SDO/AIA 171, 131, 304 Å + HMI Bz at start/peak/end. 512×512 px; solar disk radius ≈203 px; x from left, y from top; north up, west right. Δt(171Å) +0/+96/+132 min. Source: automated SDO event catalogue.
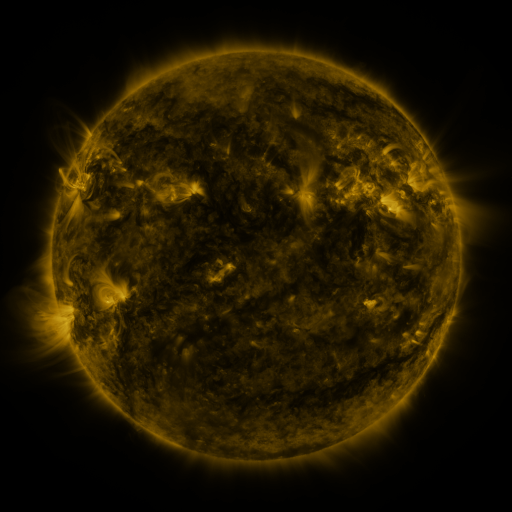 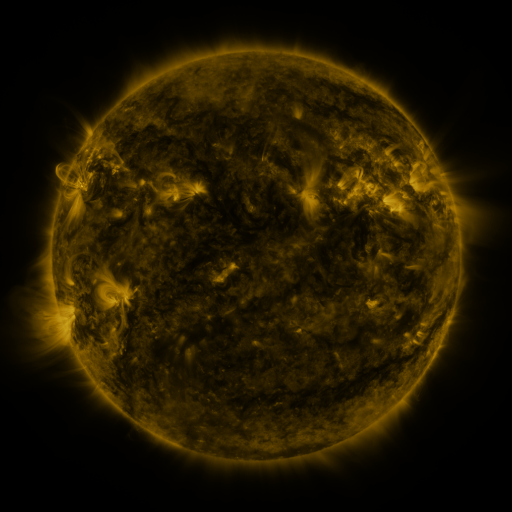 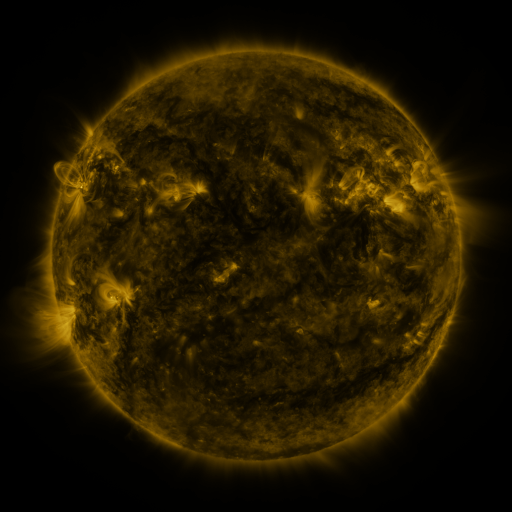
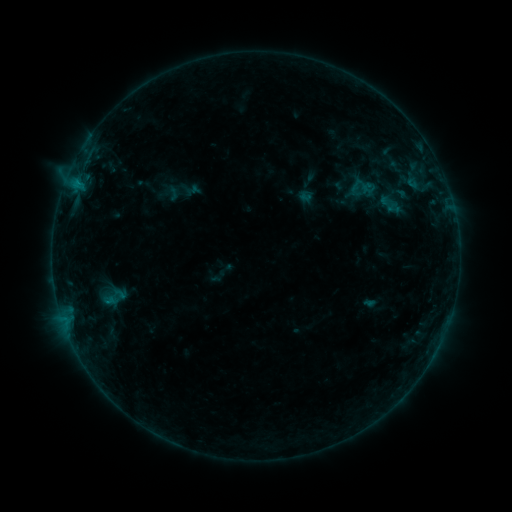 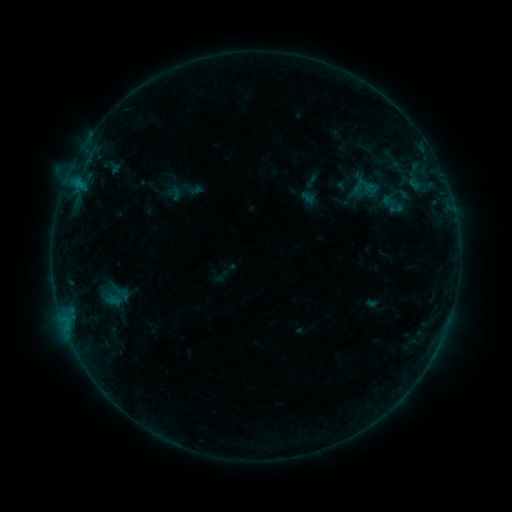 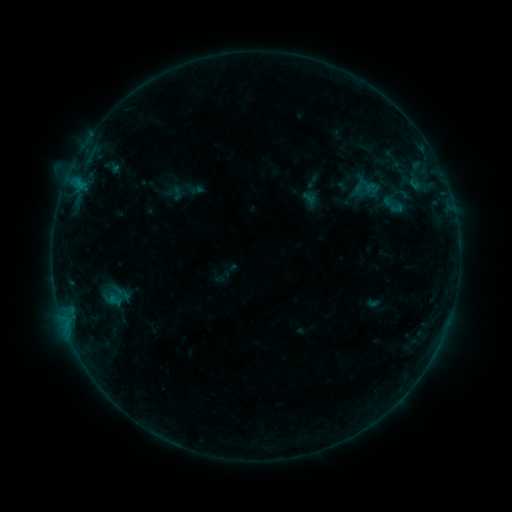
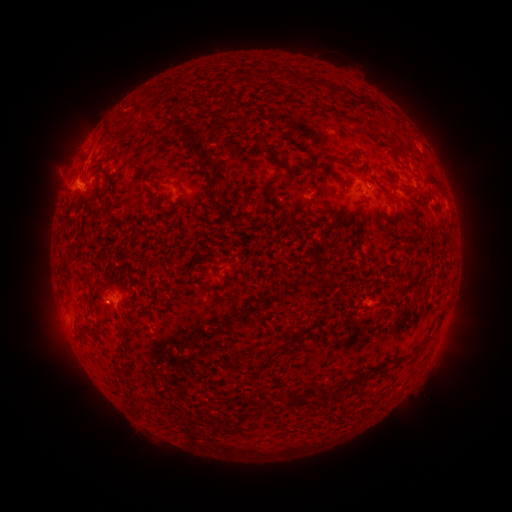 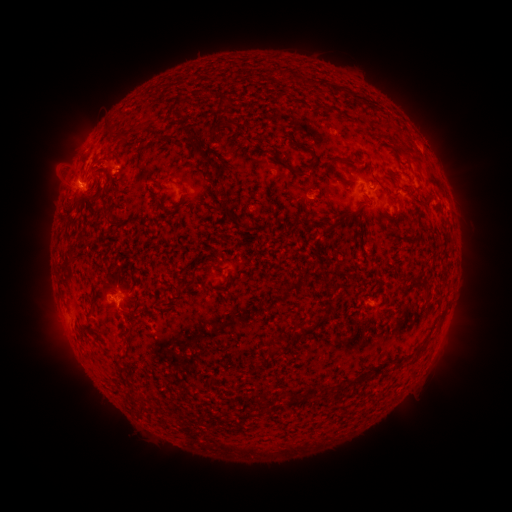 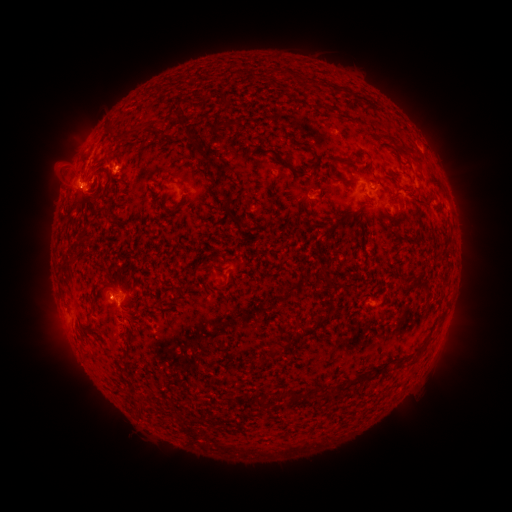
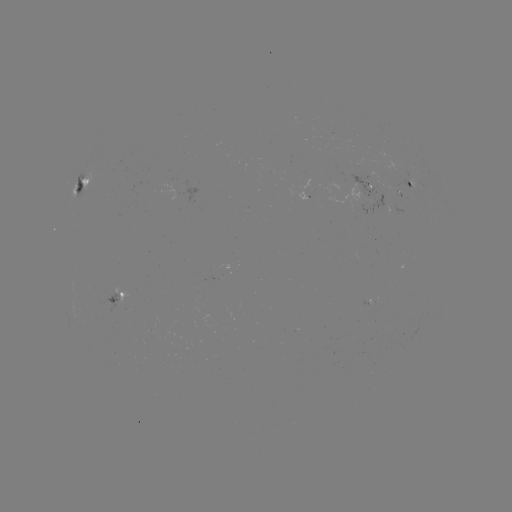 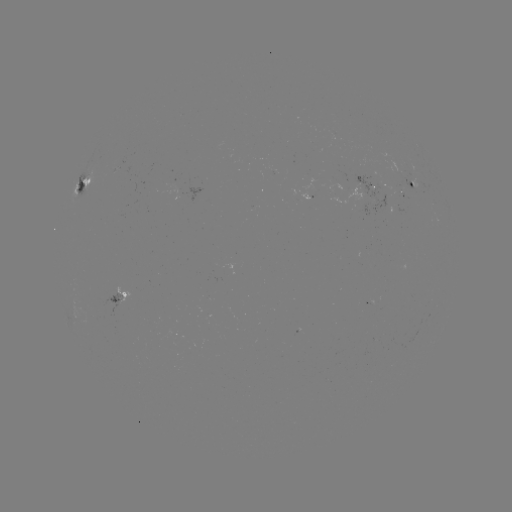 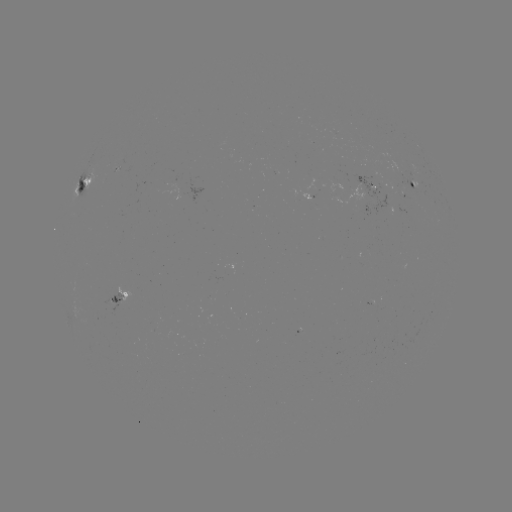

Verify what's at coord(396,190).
emerging-flux region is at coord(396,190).